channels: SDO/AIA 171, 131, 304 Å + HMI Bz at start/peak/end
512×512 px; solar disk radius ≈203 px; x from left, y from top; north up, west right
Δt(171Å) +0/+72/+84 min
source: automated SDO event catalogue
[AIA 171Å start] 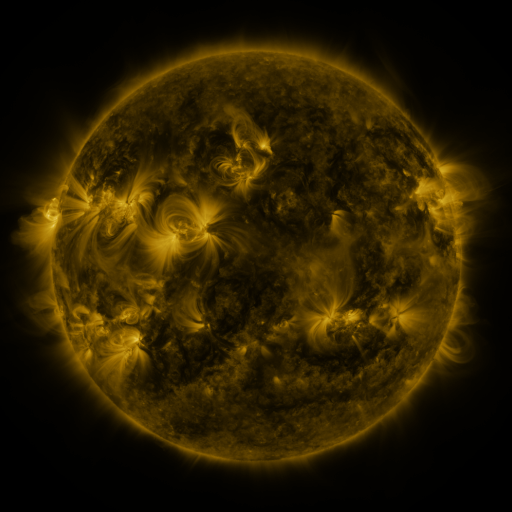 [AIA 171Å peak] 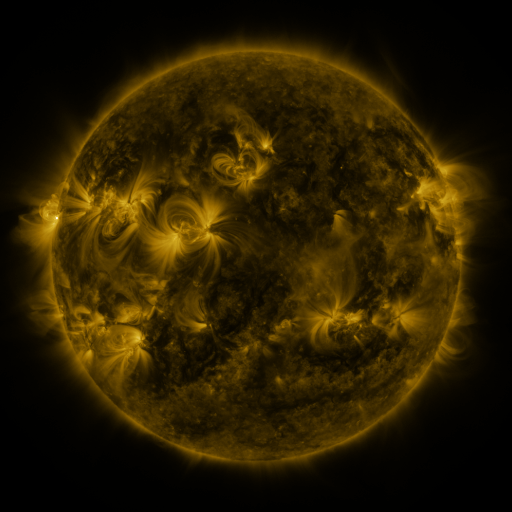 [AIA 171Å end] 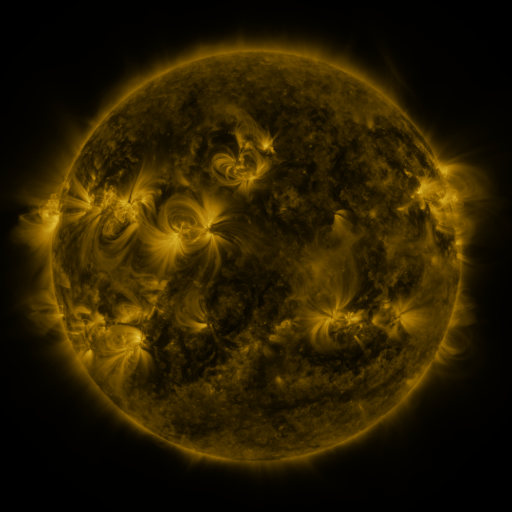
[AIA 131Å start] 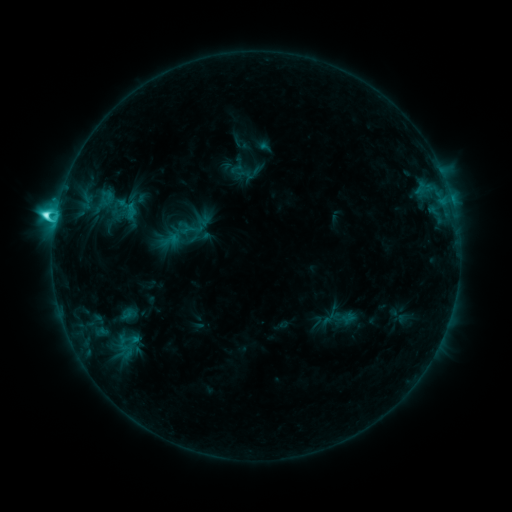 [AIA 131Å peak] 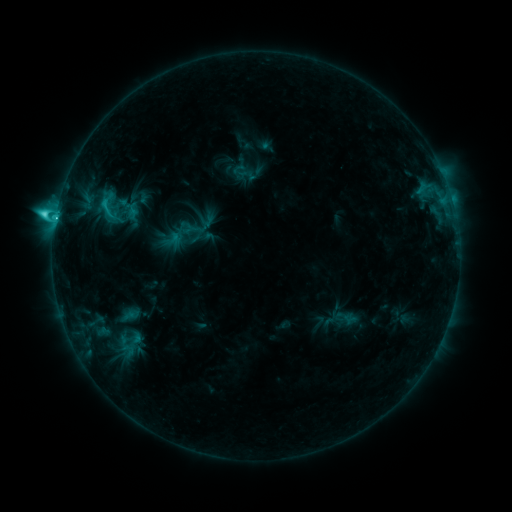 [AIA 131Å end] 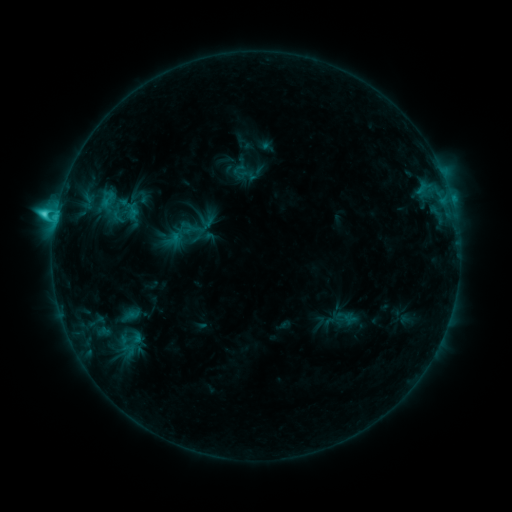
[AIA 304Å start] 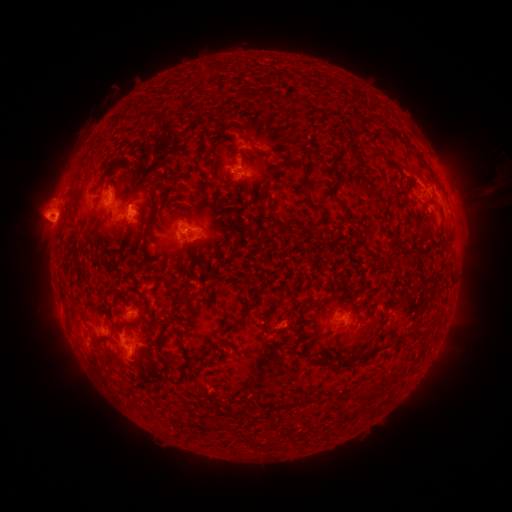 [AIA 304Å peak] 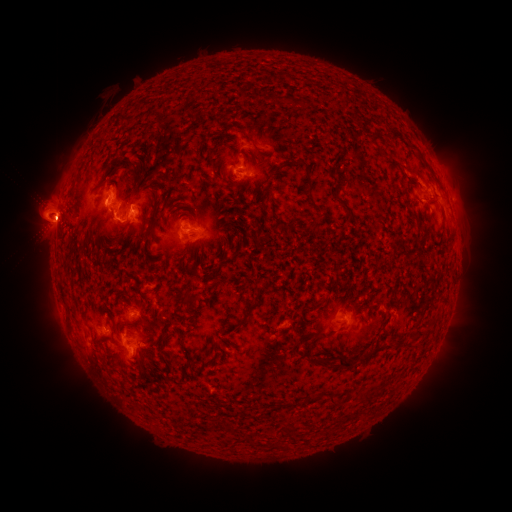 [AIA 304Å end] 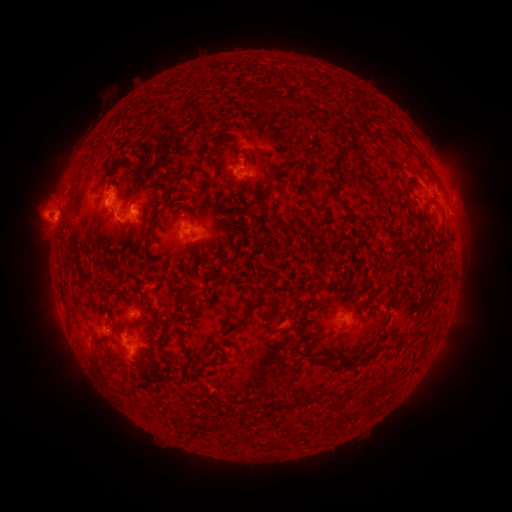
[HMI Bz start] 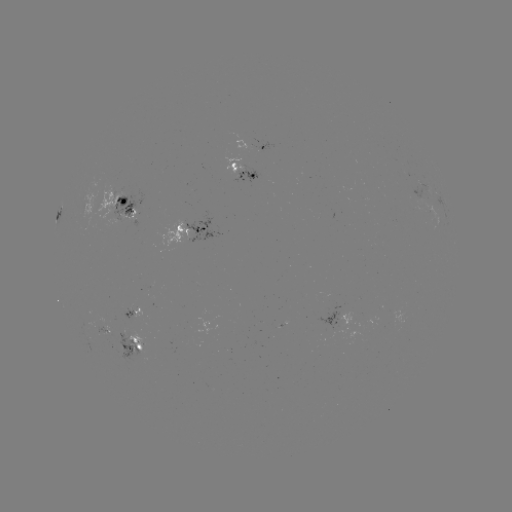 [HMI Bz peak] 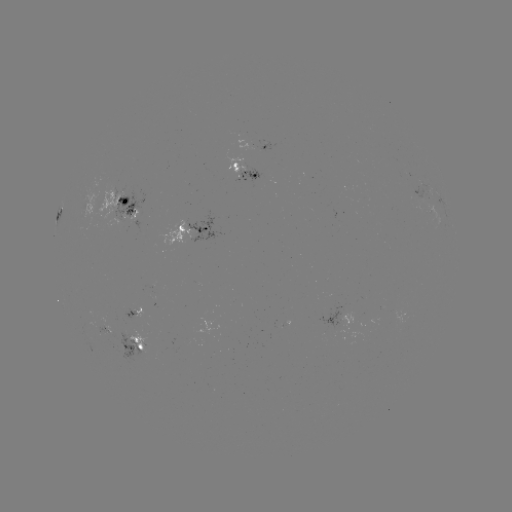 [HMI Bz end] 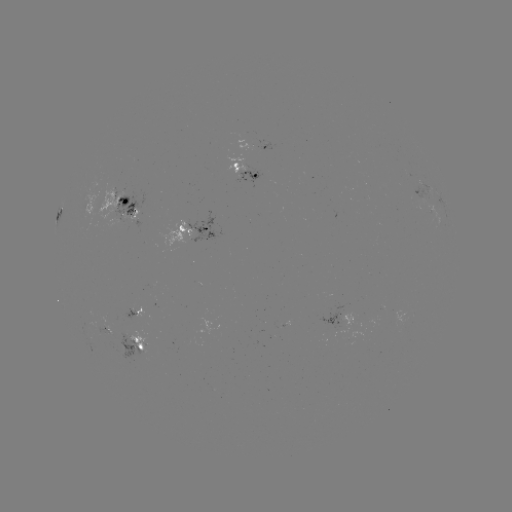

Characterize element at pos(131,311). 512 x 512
emerging-flux region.